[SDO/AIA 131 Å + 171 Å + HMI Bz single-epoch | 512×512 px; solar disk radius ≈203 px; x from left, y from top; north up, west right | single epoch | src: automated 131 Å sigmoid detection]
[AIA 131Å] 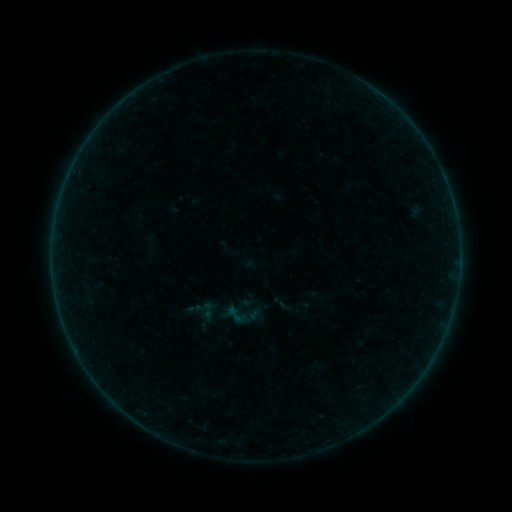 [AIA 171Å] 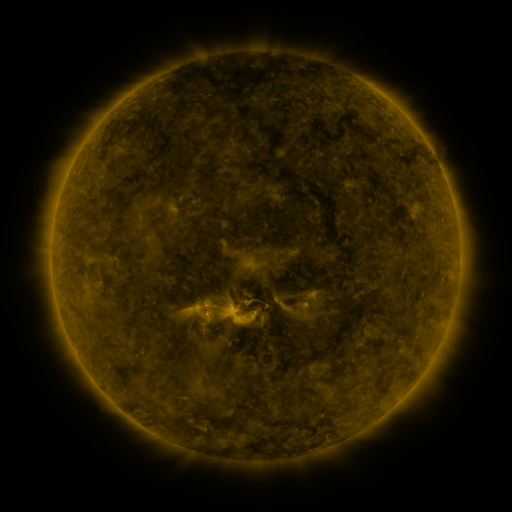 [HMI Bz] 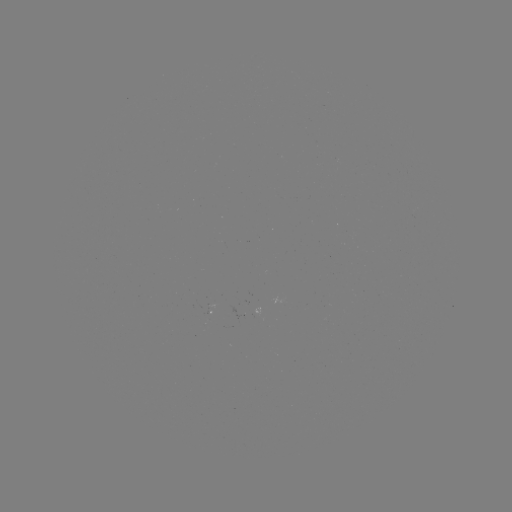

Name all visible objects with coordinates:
sigmoid: (208, 310)
sigmoid: (247, 316)
